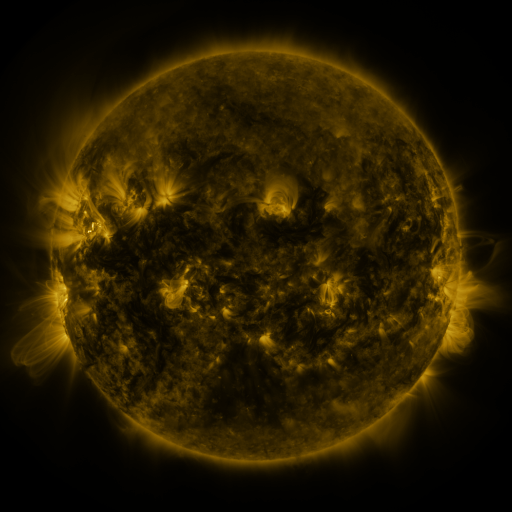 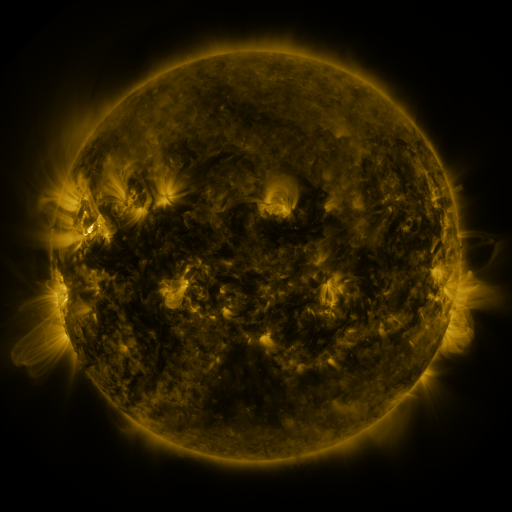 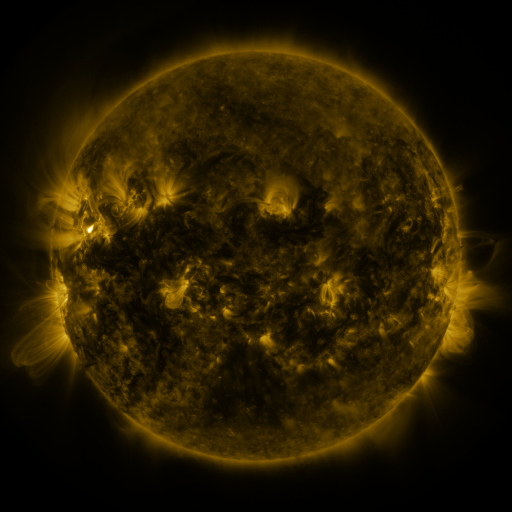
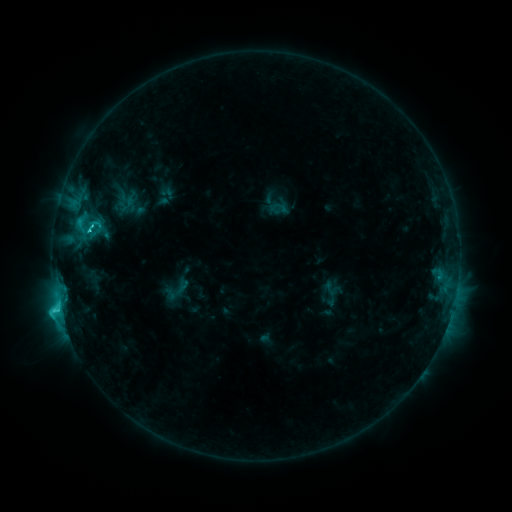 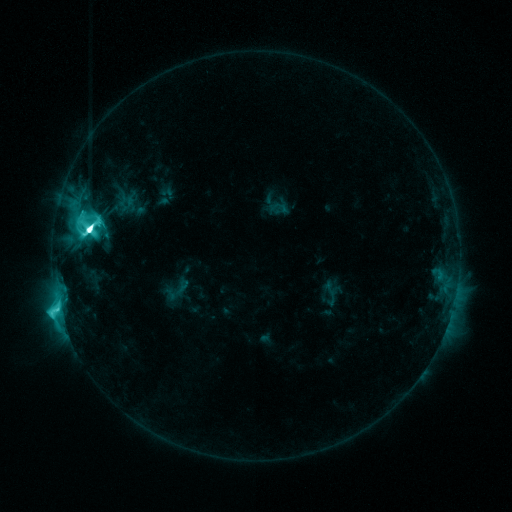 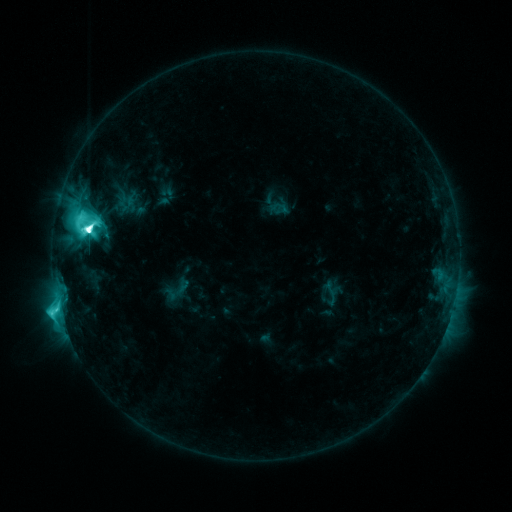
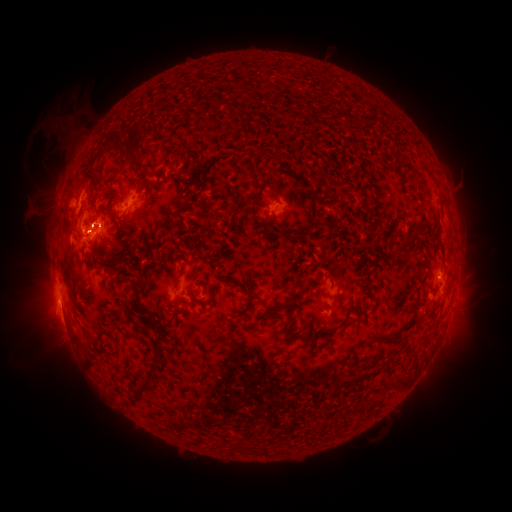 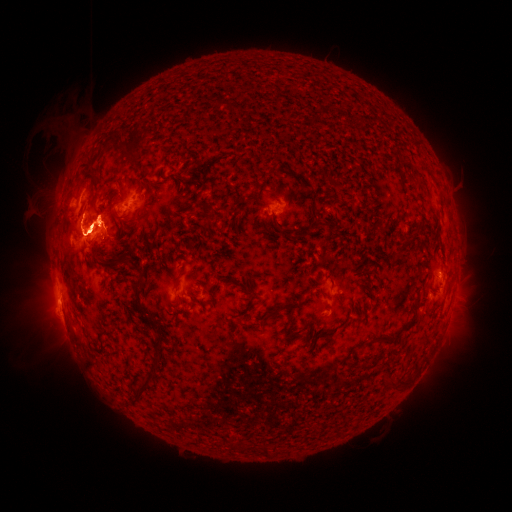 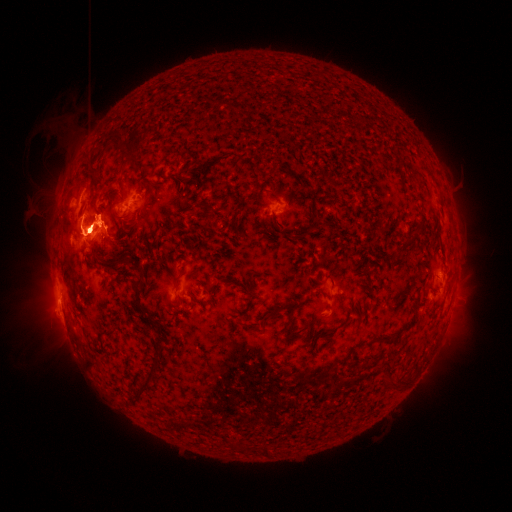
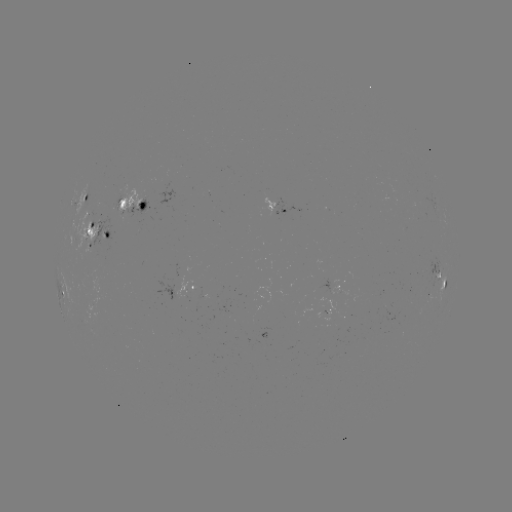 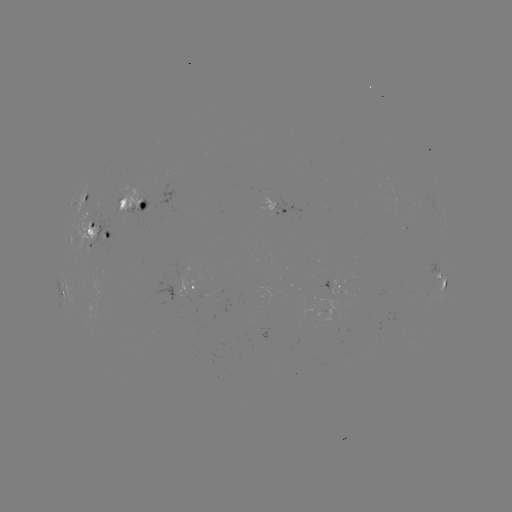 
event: eruption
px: (90, 136)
